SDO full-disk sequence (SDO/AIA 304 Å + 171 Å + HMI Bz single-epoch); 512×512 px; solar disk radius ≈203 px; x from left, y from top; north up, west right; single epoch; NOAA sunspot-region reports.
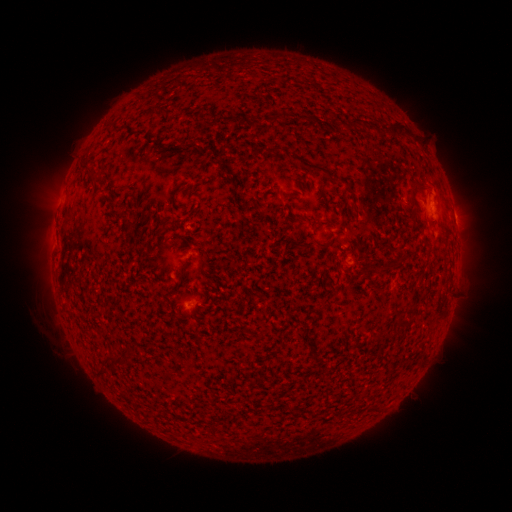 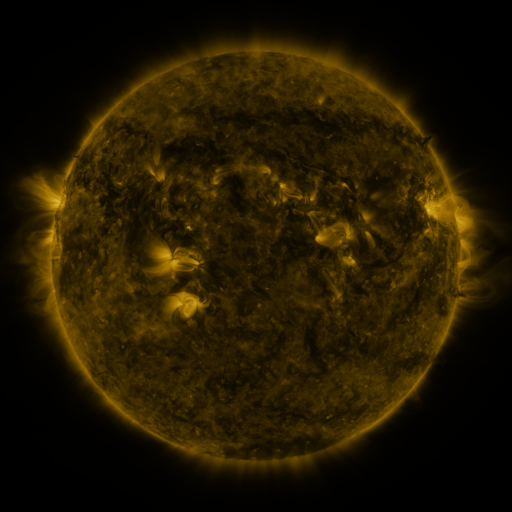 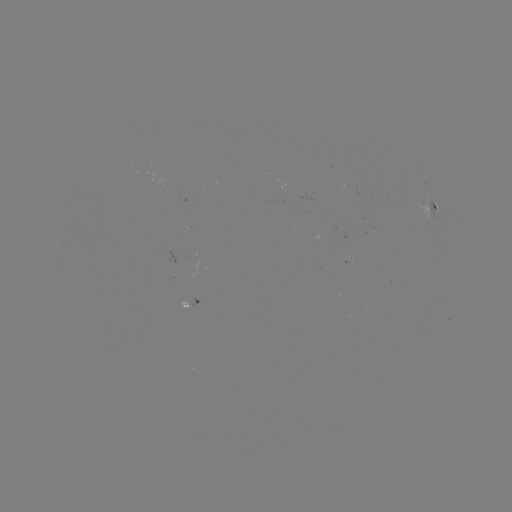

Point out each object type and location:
spotted active region: (431, 208)
spotted active region: (194, 302)
